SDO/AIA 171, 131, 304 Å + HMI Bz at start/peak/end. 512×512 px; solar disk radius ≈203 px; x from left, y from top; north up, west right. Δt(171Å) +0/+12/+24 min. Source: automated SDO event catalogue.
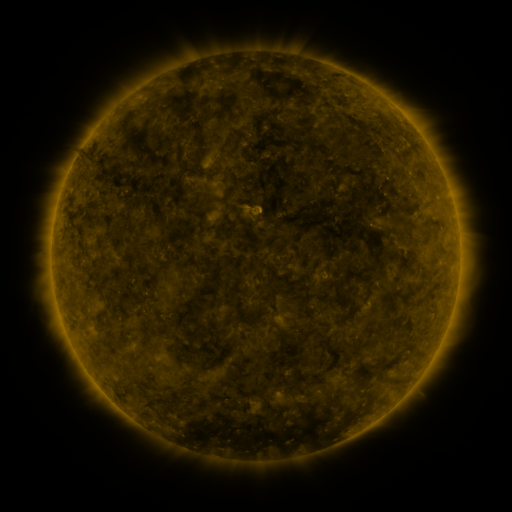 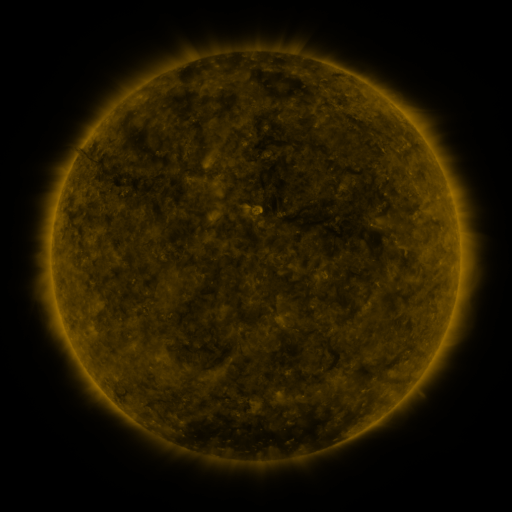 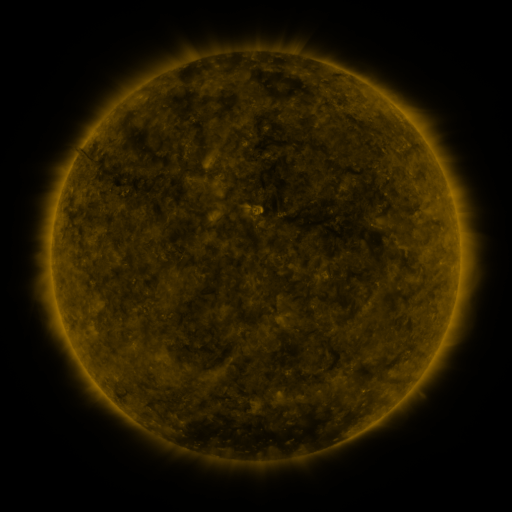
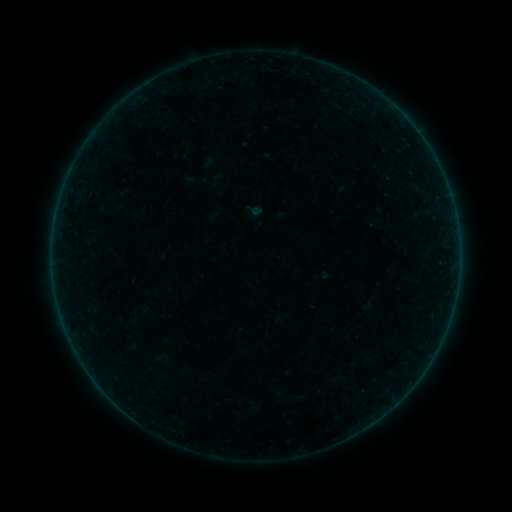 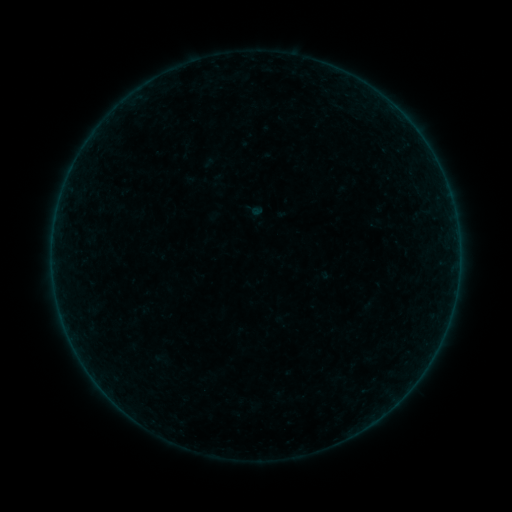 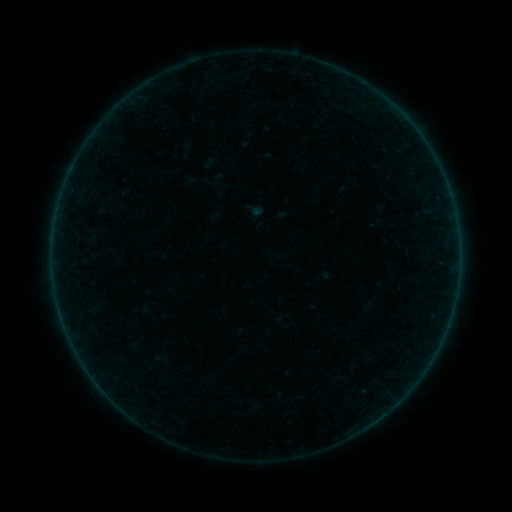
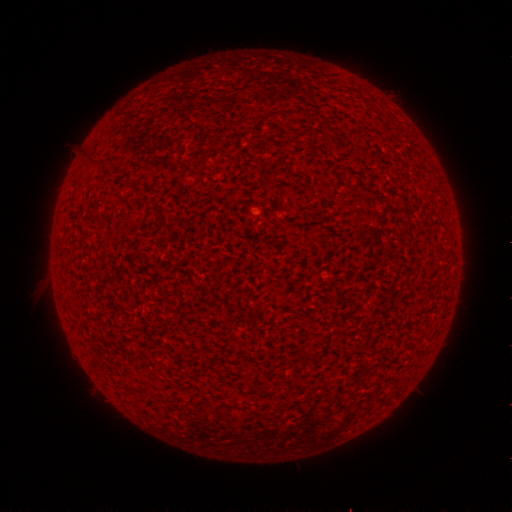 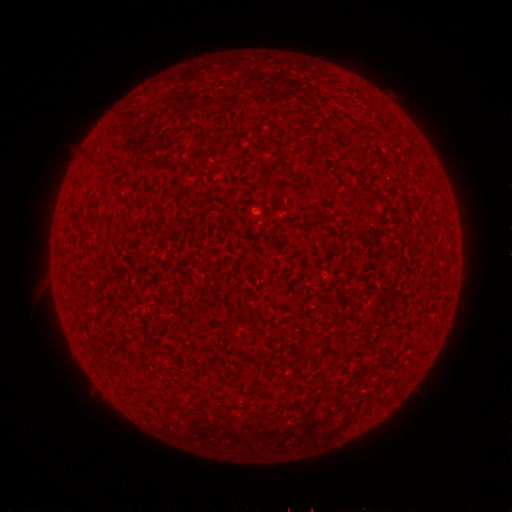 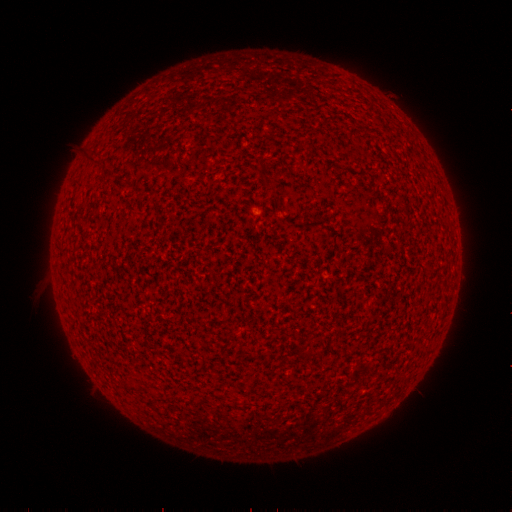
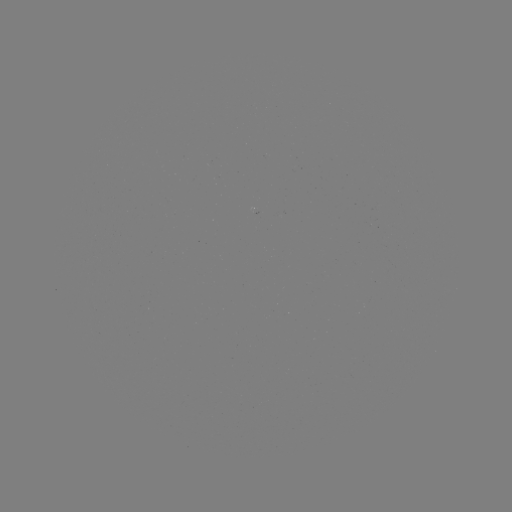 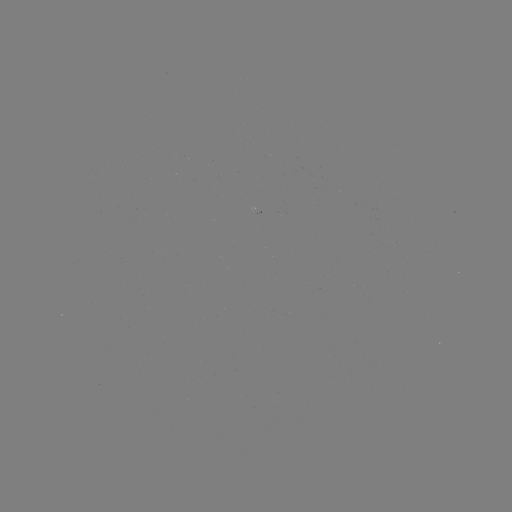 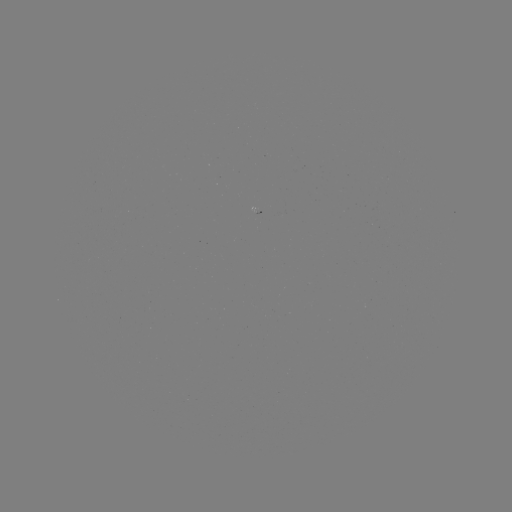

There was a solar flare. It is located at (364, 390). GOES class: A3.2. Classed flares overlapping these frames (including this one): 1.